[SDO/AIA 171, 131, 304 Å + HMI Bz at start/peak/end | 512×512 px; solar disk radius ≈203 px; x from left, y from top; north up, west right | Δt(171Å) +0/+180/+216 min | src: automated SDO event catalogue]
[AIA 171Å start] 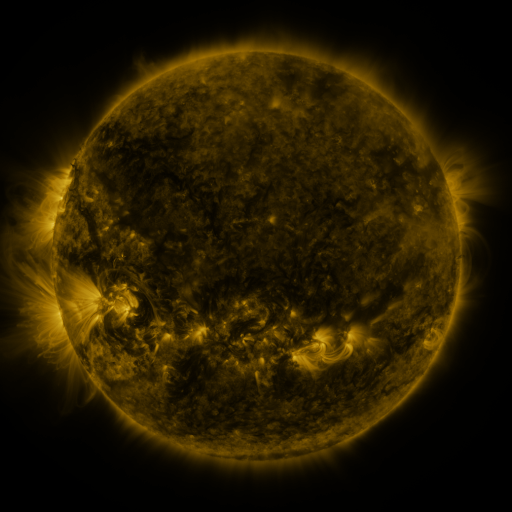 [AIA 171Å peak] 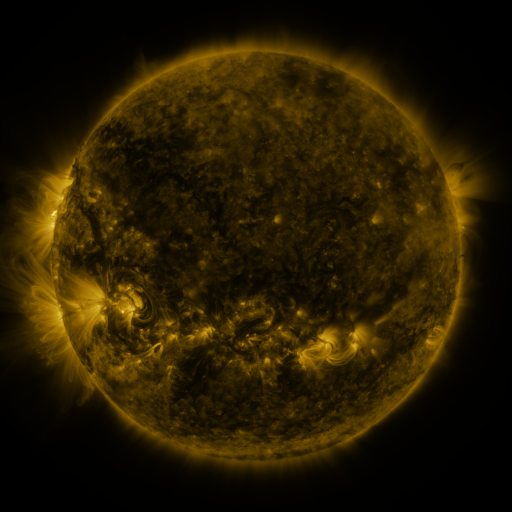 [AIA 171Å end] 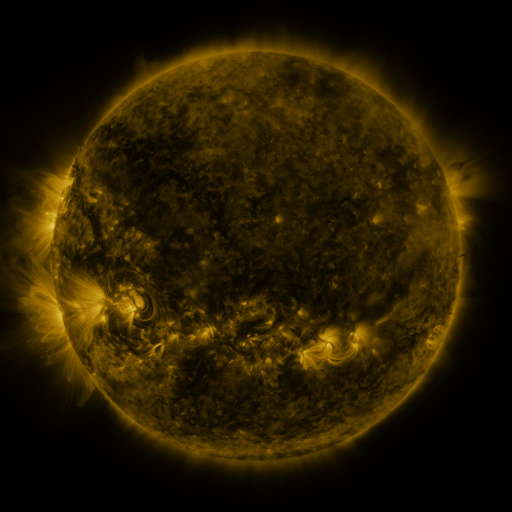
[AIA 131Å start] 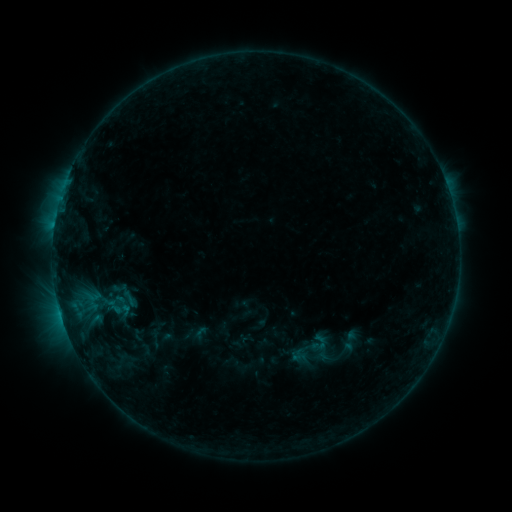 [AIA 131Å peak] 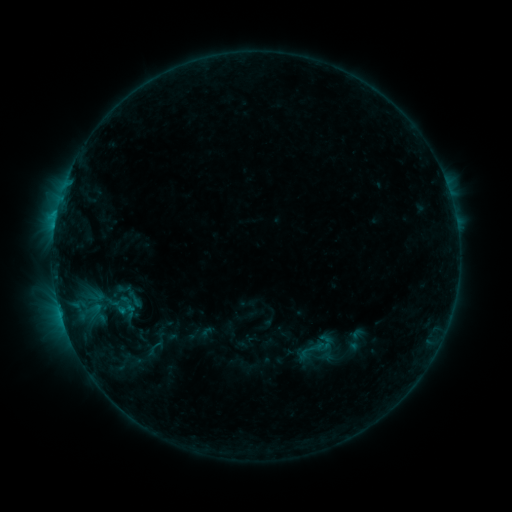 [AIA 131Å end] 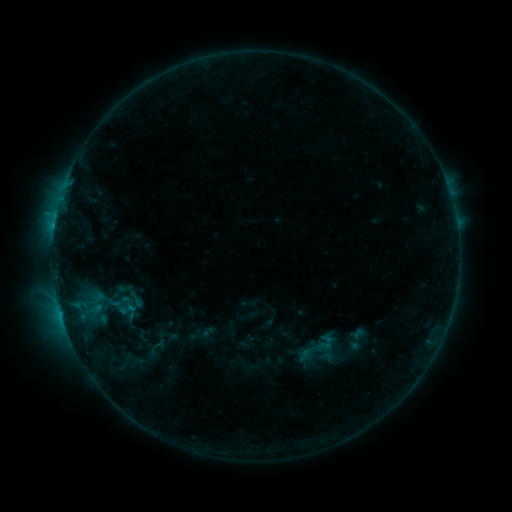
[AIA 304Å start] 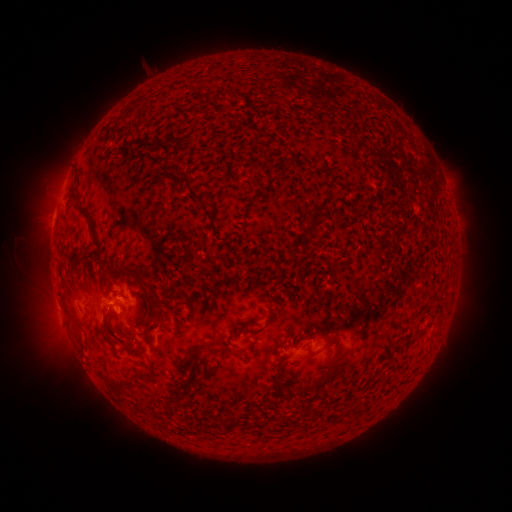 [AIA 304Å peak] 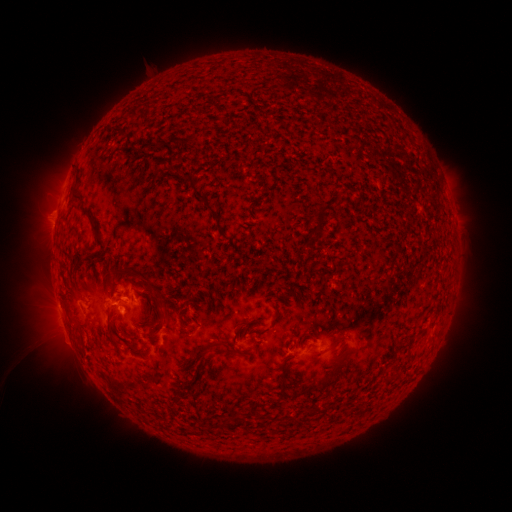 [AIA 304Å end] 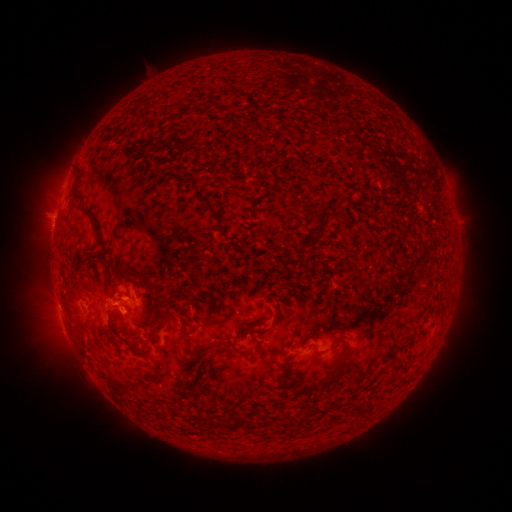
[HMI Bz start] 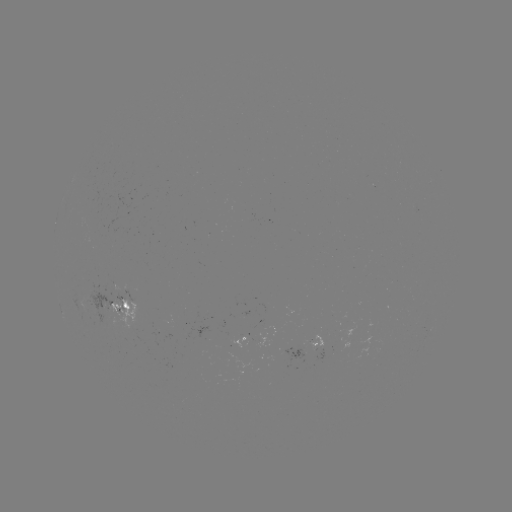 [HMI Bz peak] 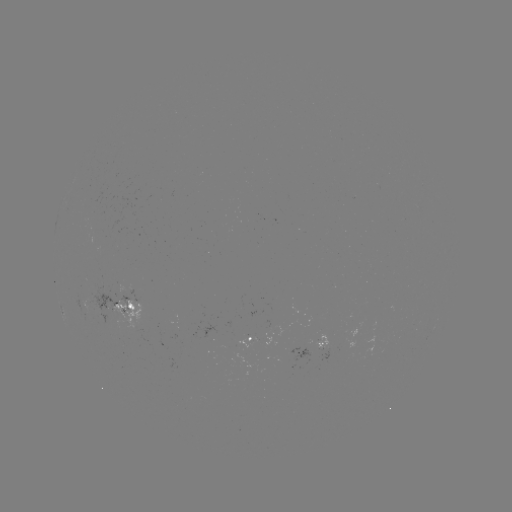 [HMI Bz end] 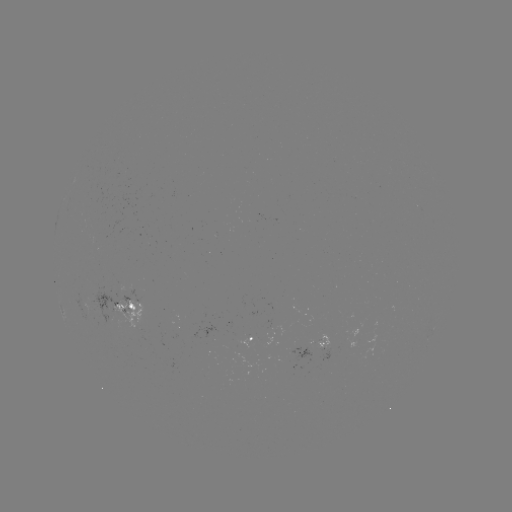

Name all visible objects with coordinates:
emerging-flux region: (320, 341)
